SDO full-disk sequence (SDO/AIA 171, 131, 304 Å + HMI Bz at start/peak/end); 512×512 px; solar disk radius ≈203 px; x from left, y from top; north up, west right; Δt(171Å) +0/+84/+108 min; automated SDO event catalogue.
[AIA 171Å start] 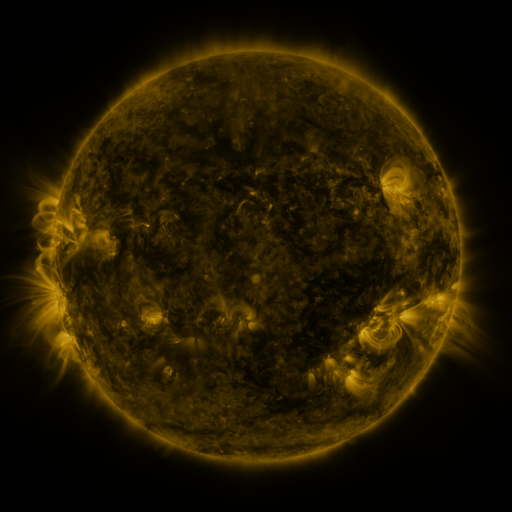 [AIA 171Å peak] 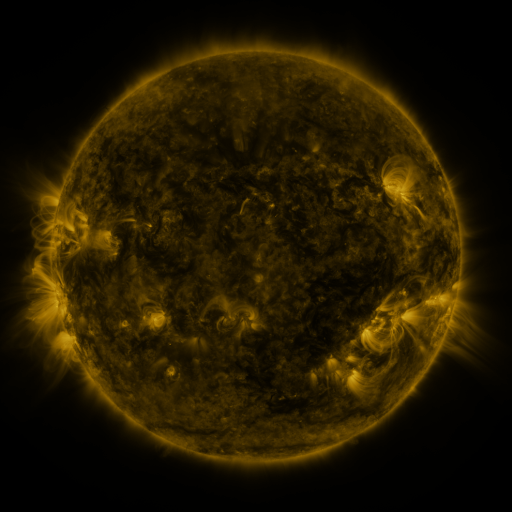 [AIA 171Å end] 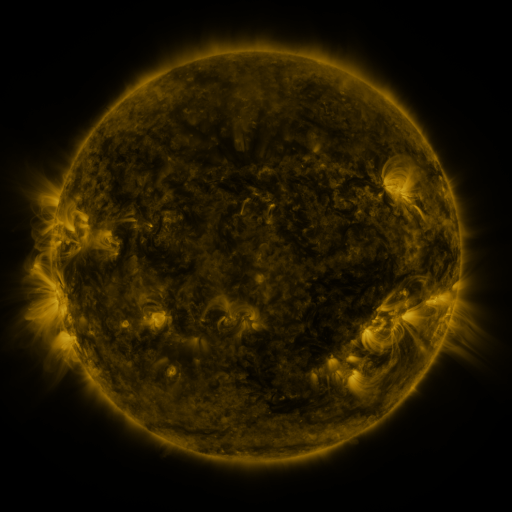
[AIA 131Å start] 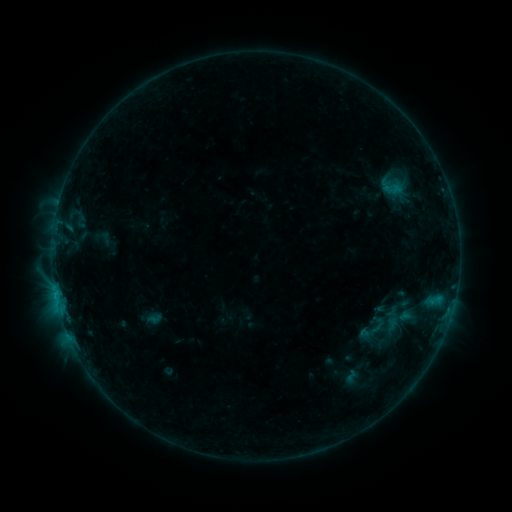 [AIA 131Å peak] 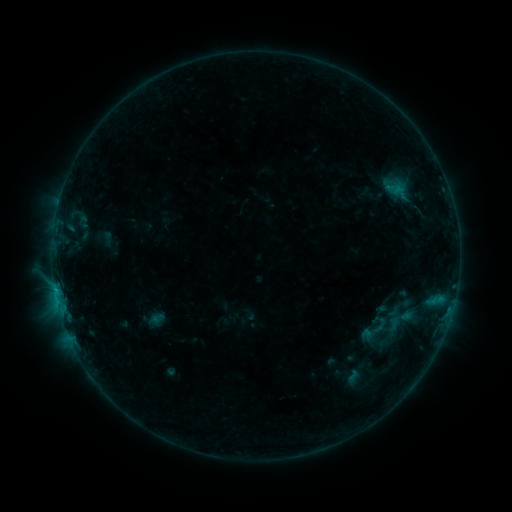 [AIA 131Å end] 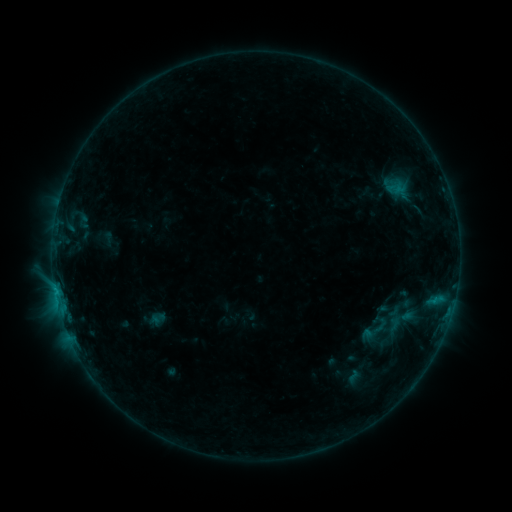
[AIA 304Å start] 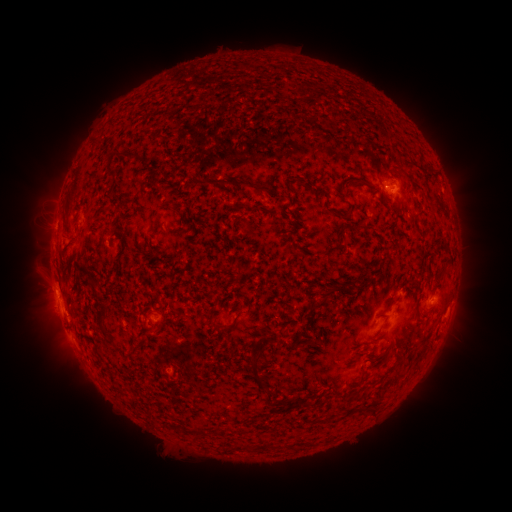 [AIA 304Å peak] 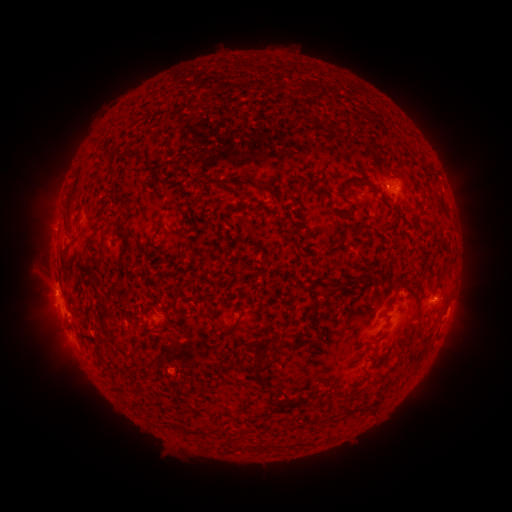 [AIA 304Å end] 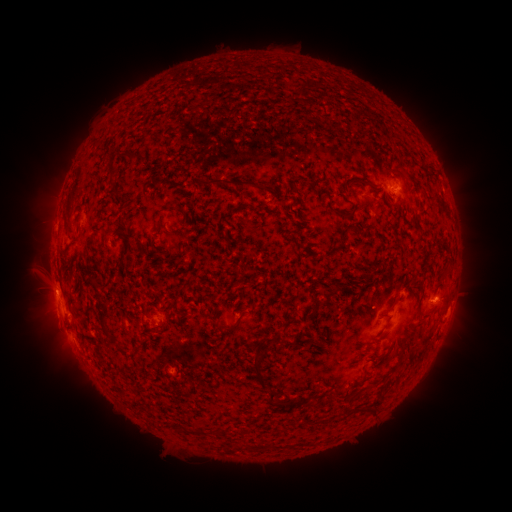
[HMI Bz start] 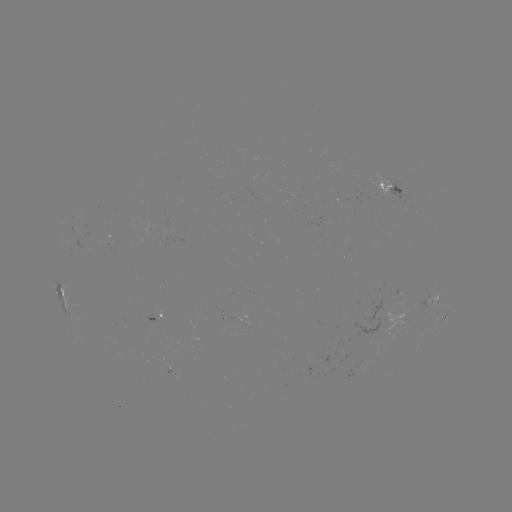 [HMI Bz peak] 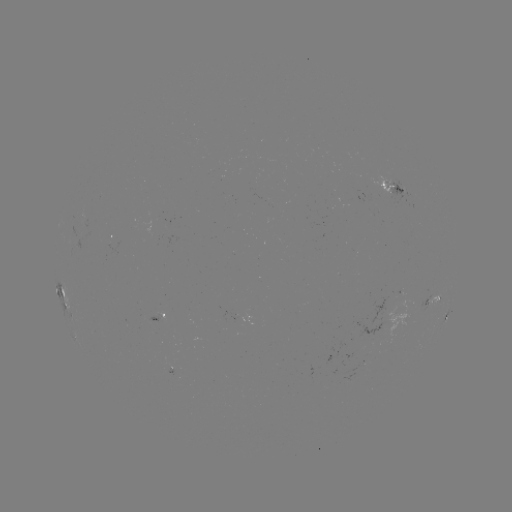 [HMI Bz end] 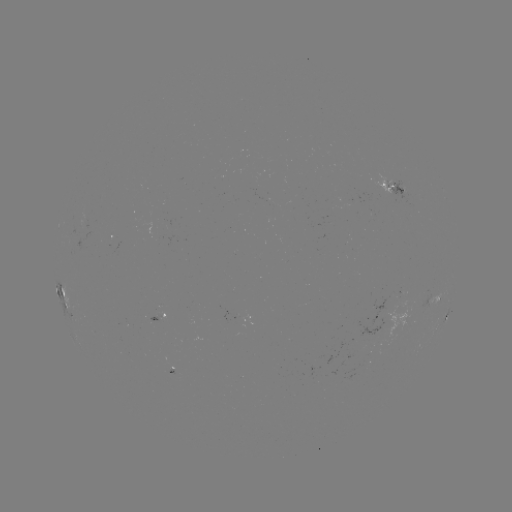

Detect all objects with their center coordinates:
emerging-flux region: (168, 364)
